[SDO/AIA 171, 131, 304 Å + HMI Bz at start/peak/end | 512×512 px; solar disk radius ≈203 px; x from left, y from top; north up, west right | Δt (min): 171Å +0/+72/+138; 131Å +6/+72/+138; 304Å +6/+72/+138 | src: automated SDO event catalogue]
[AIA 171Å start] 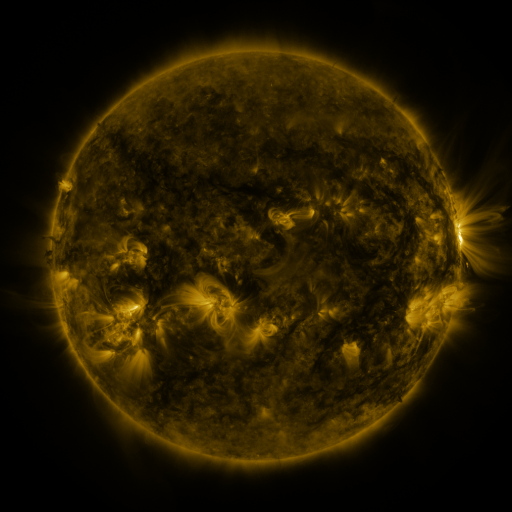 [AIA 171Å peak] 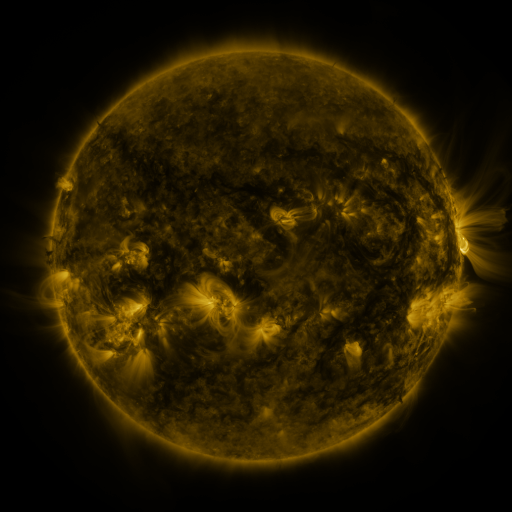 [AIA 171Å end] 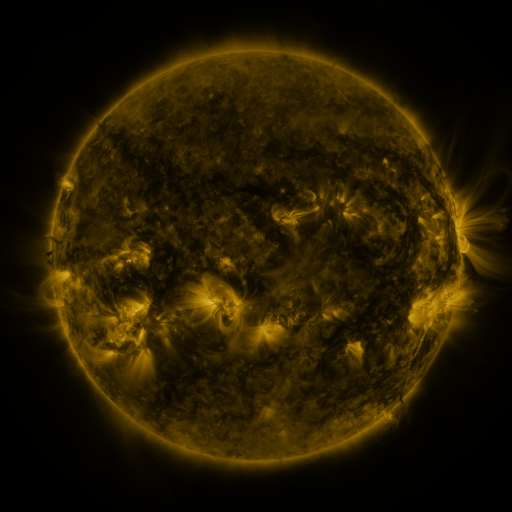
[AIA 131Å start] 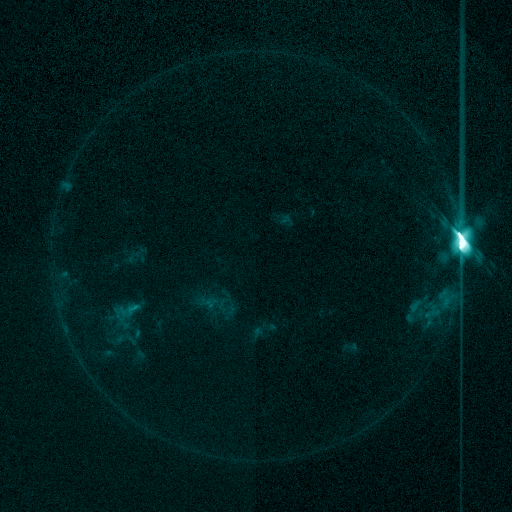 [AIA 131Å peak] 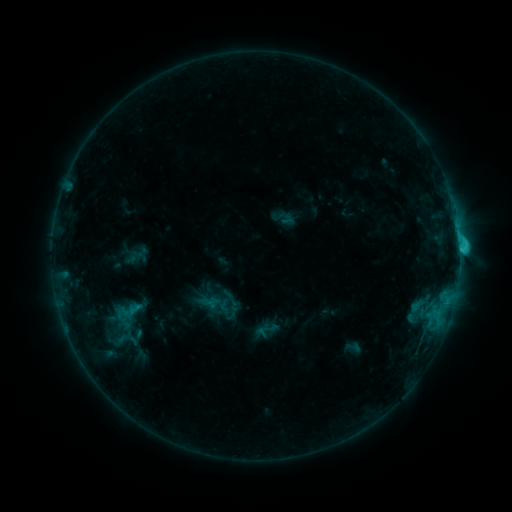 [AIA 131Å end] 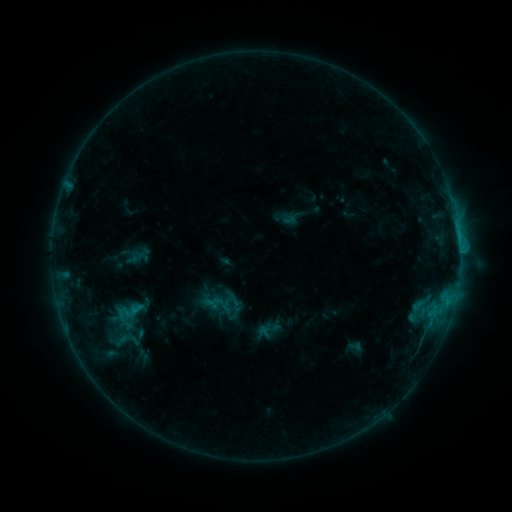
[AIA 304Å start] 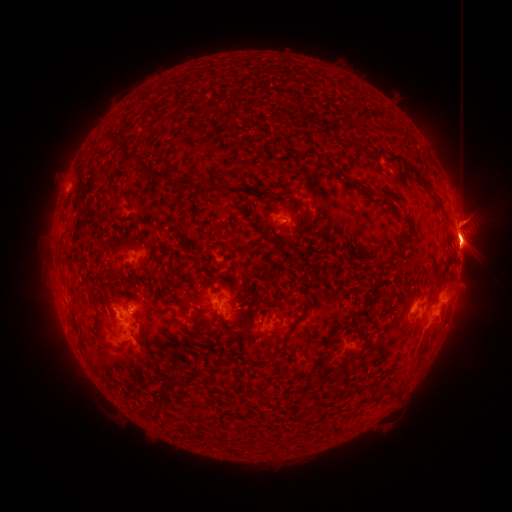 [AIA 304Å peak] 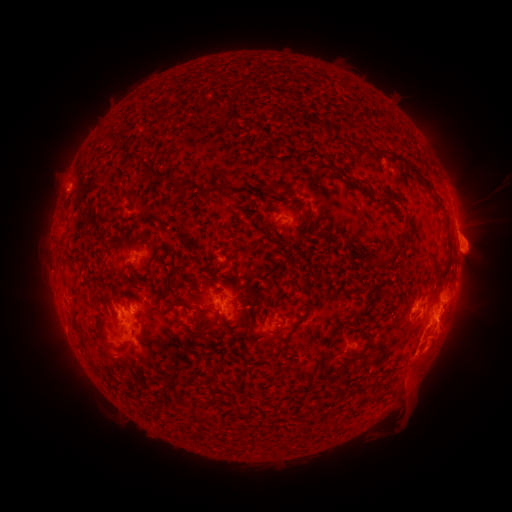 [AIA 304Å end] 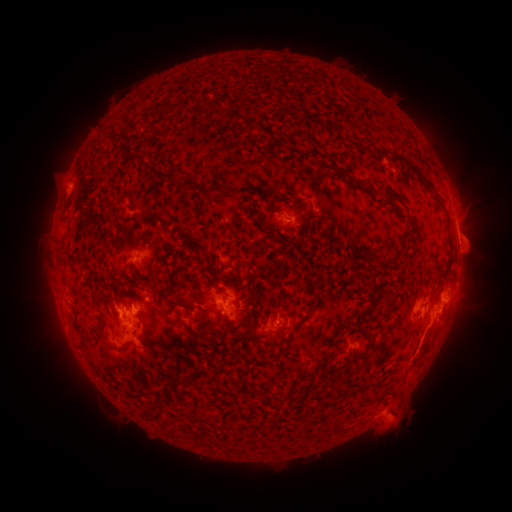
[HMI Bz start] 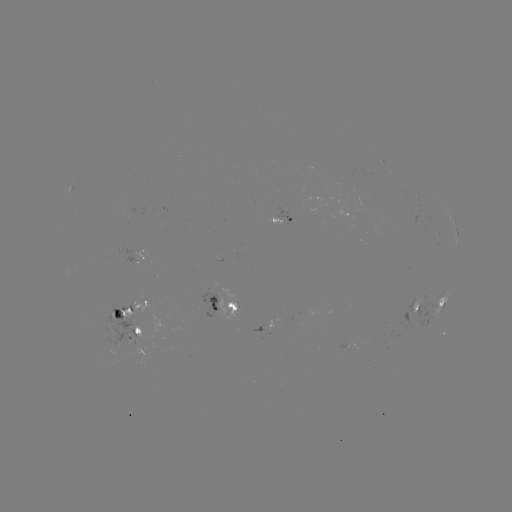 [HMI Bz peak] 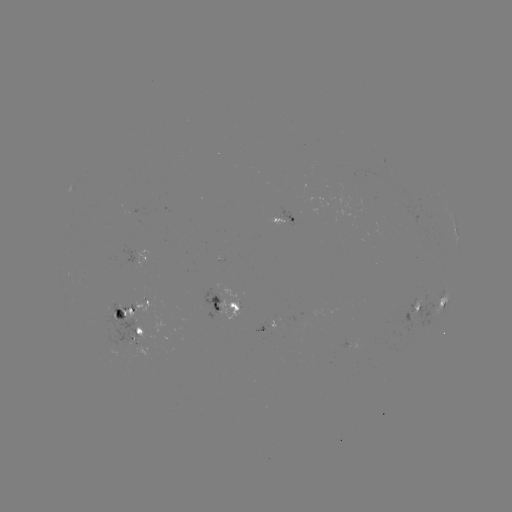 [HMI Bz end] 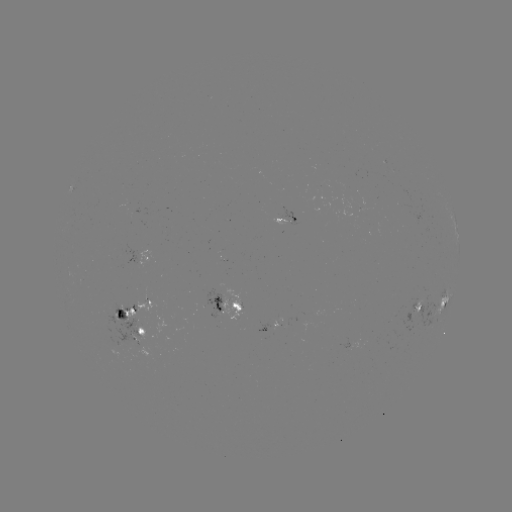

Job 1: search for eruption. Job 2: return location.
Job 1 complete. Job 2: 424,371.